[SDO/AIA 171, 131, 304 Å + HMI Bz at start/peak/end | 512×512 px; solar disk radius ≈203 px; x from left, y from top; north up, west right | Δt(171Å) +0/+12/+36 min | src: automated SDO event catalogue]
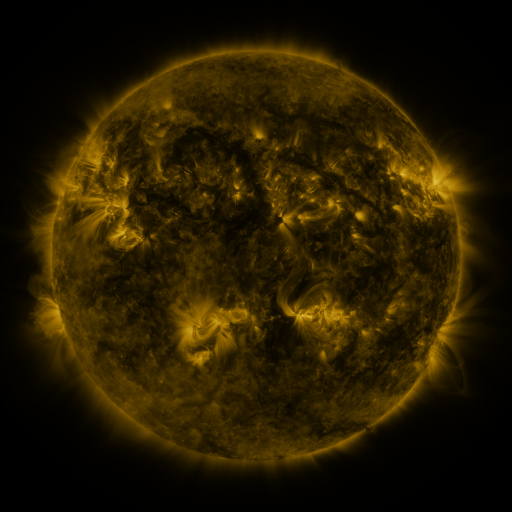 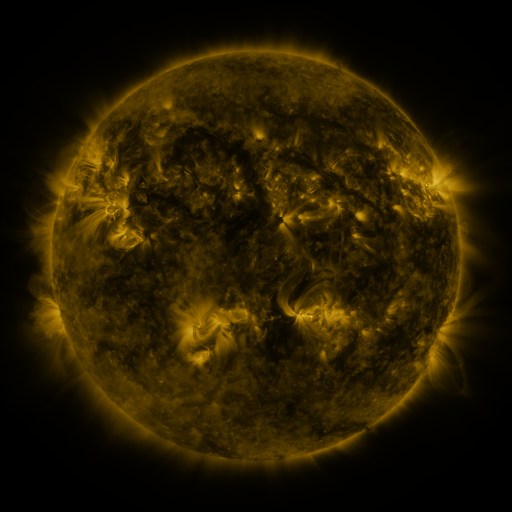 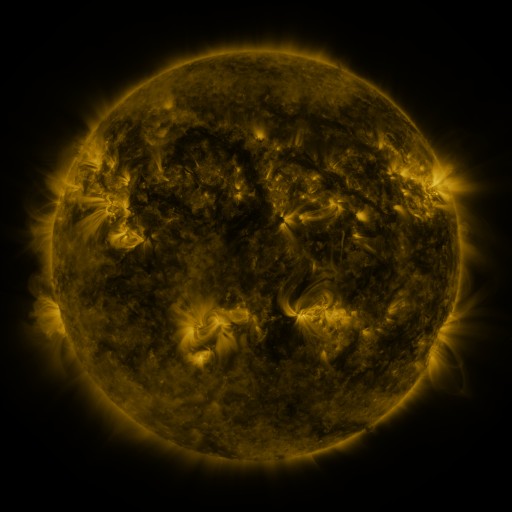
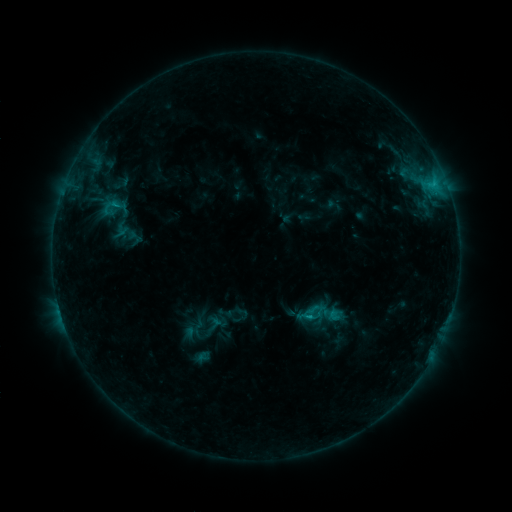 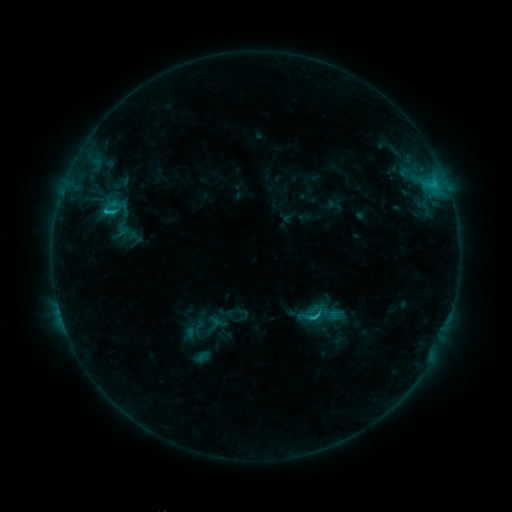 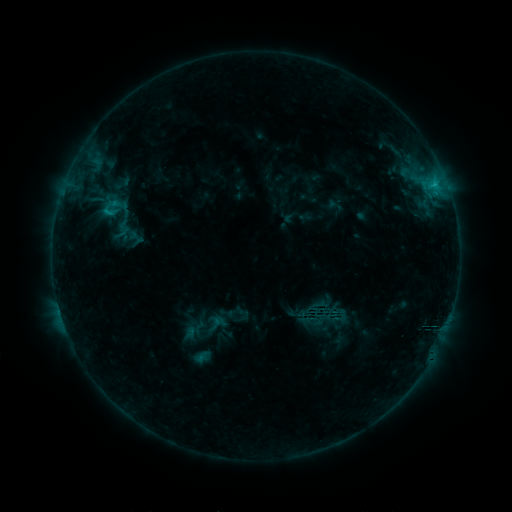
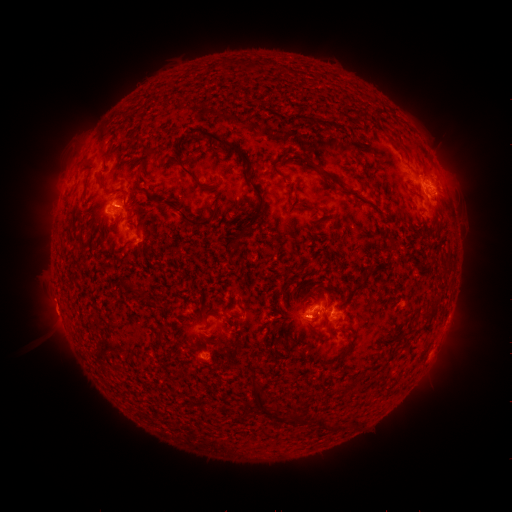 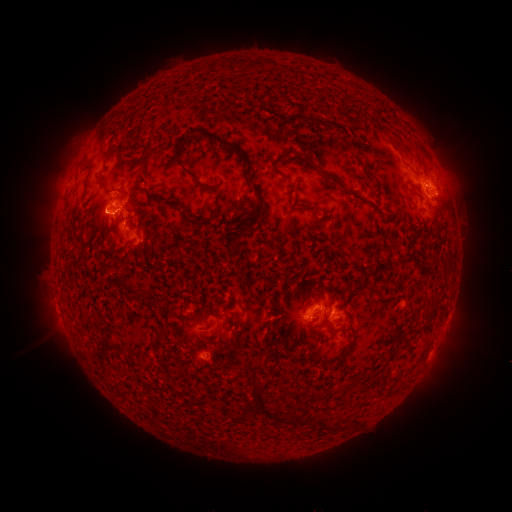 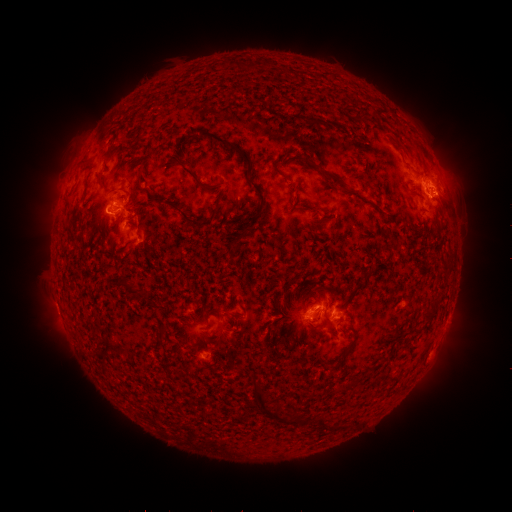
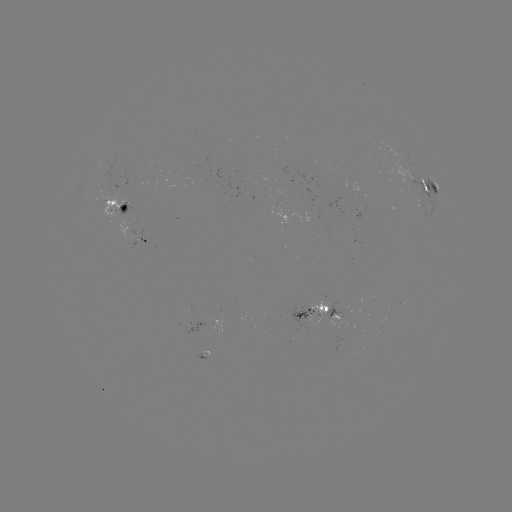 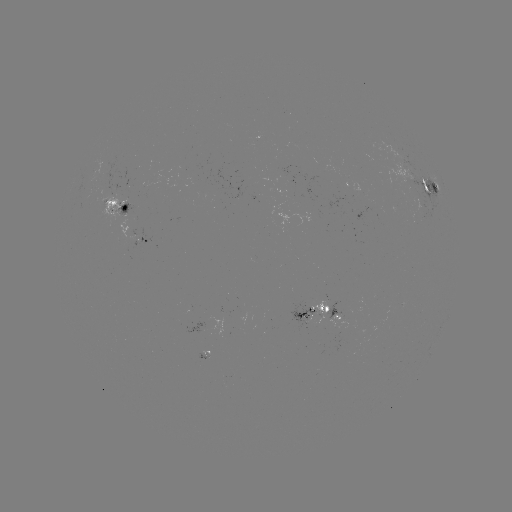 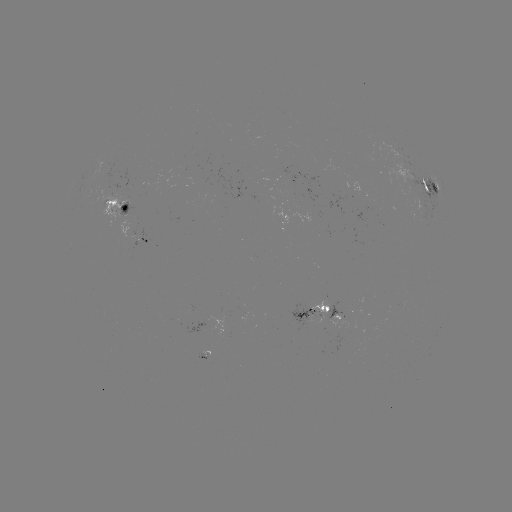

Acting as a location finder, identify C1.9 flare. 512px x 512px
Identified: (107, 212).